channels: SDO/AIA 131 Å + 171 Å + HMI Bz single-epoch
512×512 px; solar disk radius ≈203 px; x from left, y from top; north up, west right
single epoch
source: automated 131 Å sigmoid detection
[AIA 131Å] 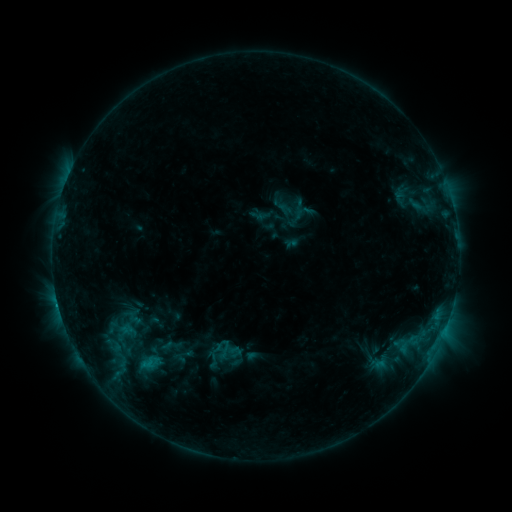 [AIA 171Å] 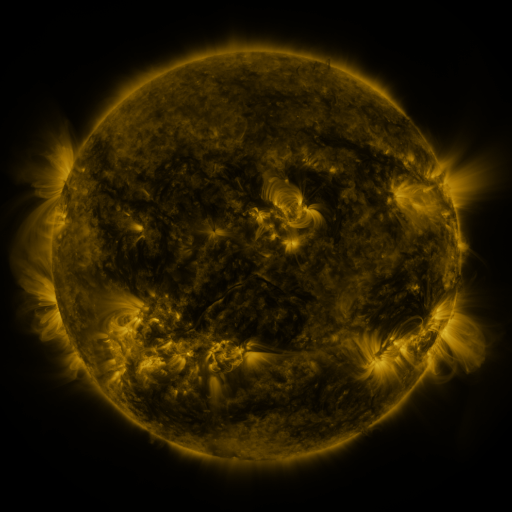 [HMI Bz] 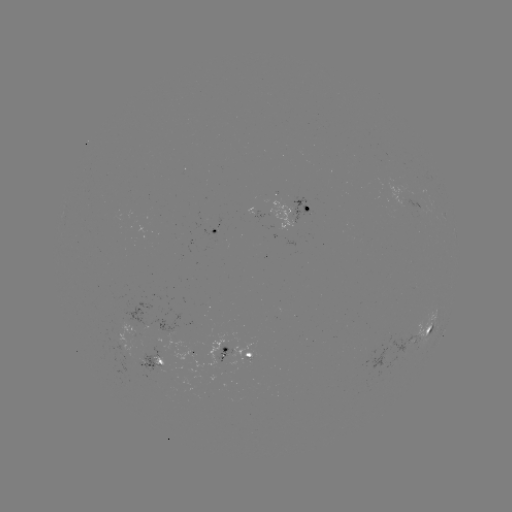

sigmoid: (220, 339, 240, 357)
